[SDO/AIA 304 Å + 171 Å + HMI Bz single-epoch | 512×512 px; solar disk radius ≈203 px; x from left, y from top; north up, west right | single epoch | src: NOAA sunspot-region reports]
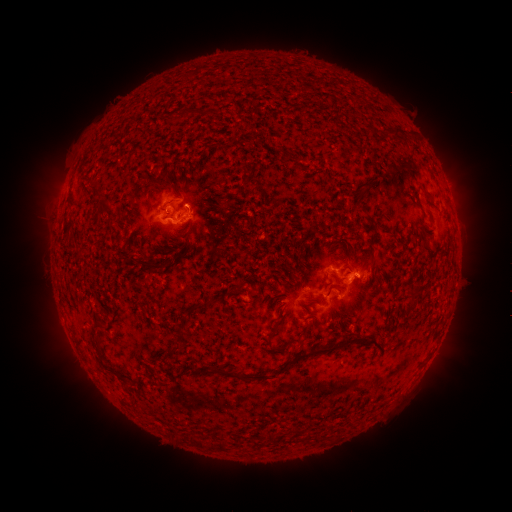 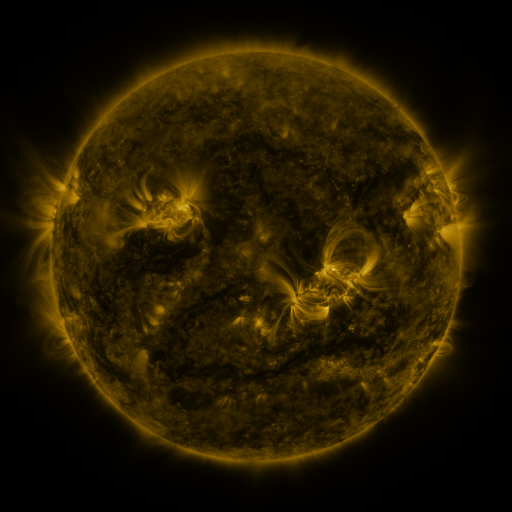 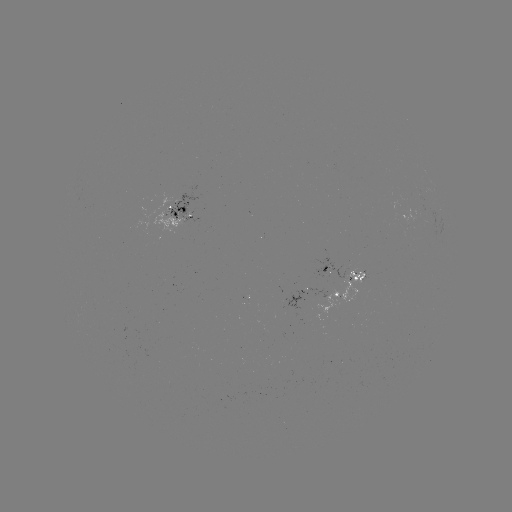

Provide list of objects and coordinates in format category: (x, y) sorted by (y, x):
spotted active region: (180, 214)
spotted active region: (348, 267)
spotted active region: (340, 292)
